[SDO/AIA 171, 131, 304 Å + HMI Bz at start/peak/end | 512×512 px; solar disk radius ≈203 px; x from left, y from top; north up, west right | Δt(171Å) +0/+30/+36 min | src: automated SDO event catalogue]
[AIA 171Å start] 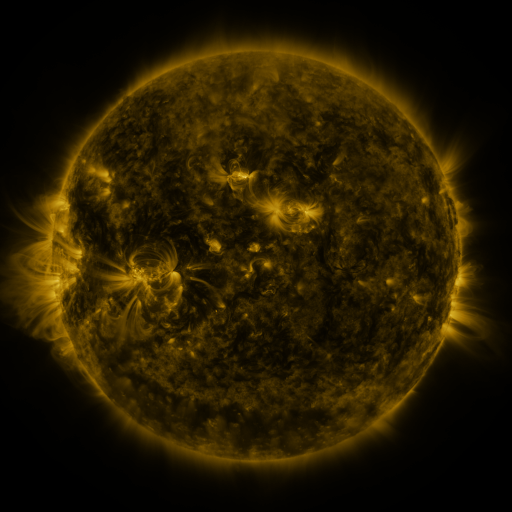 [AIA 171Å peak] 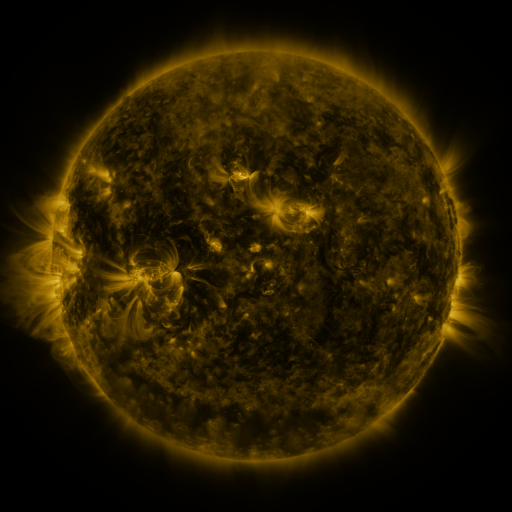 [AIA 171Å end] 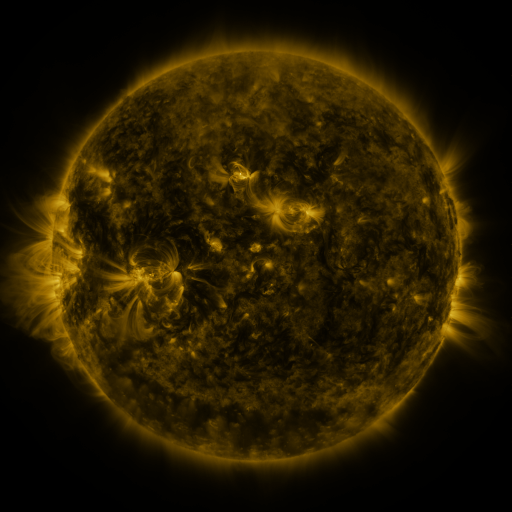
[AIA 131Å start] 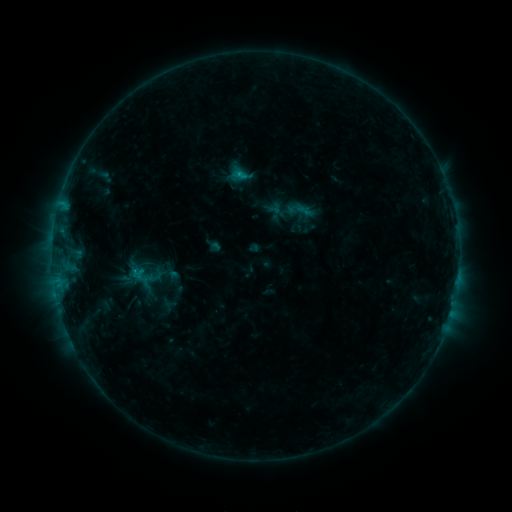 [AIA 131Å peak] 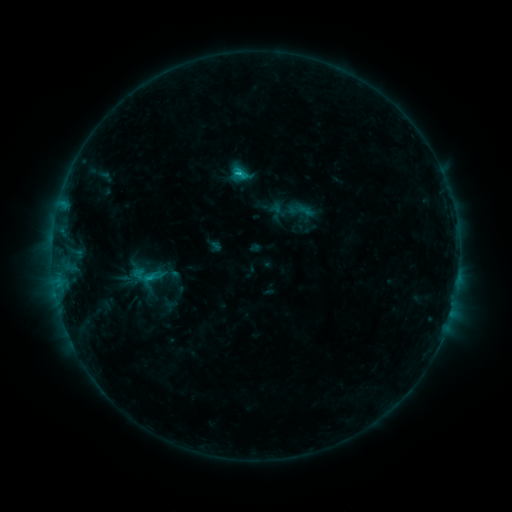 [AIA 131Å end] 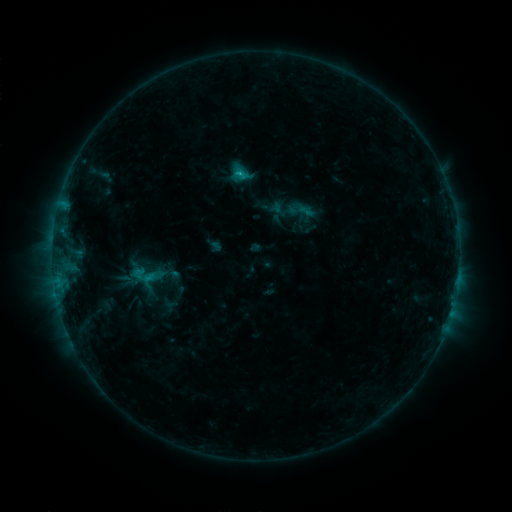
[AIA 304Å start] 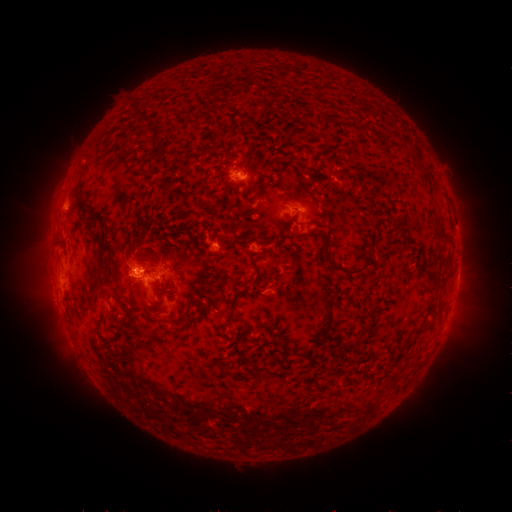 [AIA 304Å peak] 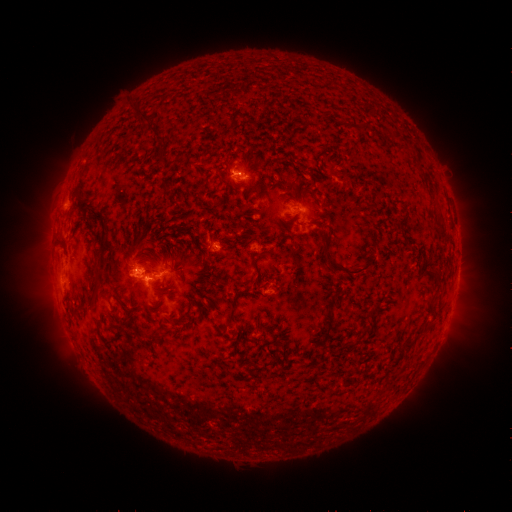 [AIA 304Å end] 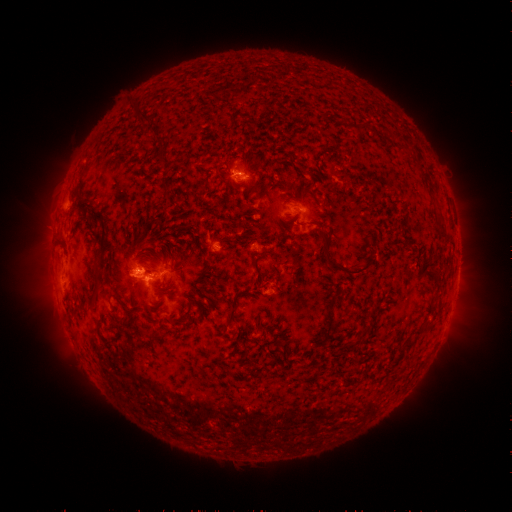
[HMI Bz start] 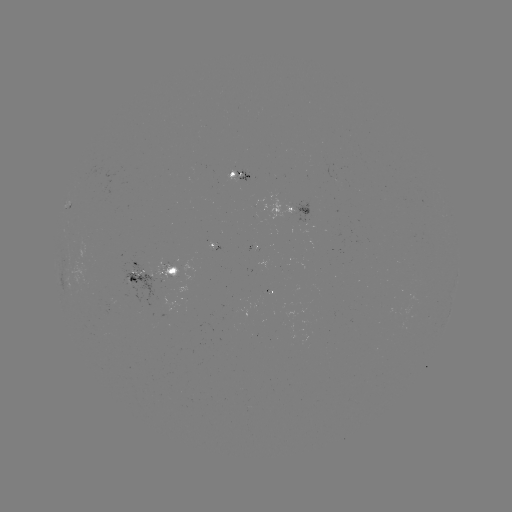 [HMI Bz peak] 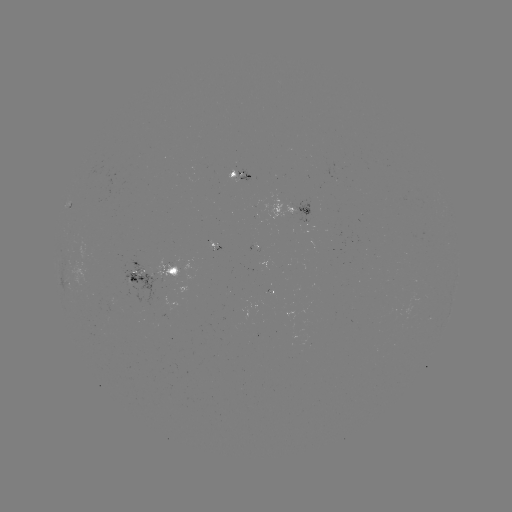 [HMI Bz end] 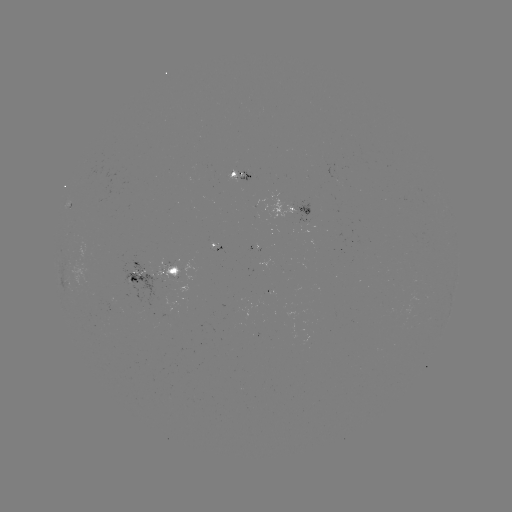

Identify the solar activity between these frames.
C1.7 flare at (239, 174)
